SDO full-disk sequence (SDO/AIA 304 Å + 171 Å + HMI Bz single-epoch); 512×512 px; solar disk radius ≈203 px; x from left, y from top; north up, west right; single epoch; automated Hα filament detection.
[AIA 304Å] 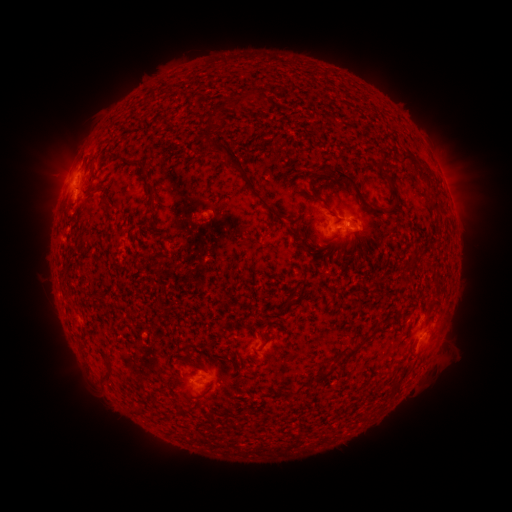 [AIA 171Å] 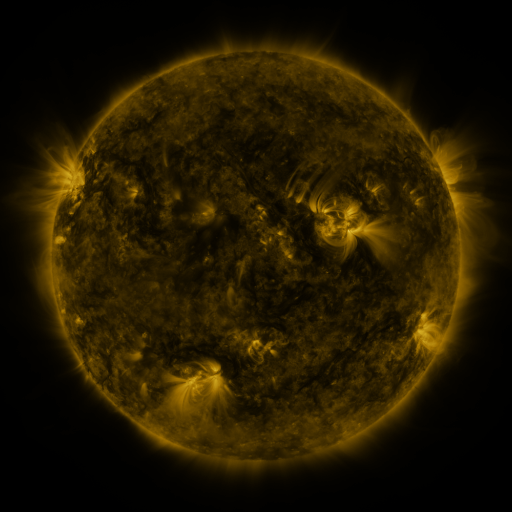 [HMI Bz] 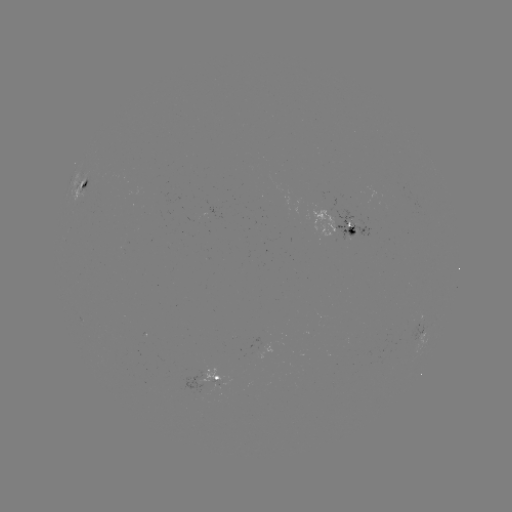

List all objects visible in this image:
filament: (239, 90, 255, 105)
filament: (224, 100, 237, 110)
filament: (205, 109, 216, 130)
filament: (252, 137, 275, 150)
filament: (210, 138, 270, 209)
filament: (399, 153, 435, 181)
filament: (307, 162, 328, 193)
filament: (329, 168, 385, 216)
filament: (380, 171, 399, 201)
filament: (321, 200, 332, 210)
filament: (430, 200, 439, 212)
filament: (293, 218, 313, 255)
filament: (347, 228, 356, 254)
filament: (408, 249, 419, 268)
filament: (283, 298, 294, 308)
filament: (349, 323, 383, 355)
filament: (262, 332, 271, 346)
filament: (101, 360, 114, 383)
filament: (313, 369, 332, 382)
